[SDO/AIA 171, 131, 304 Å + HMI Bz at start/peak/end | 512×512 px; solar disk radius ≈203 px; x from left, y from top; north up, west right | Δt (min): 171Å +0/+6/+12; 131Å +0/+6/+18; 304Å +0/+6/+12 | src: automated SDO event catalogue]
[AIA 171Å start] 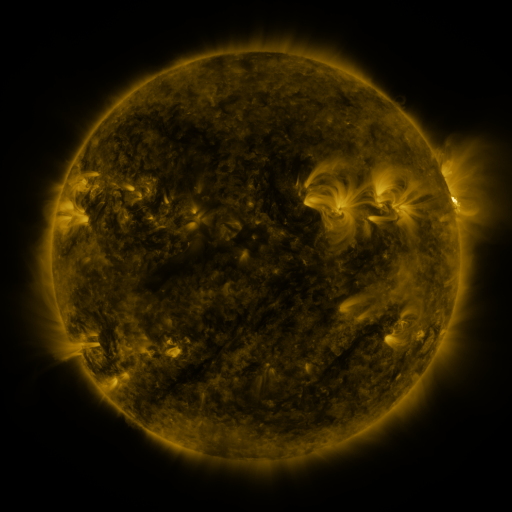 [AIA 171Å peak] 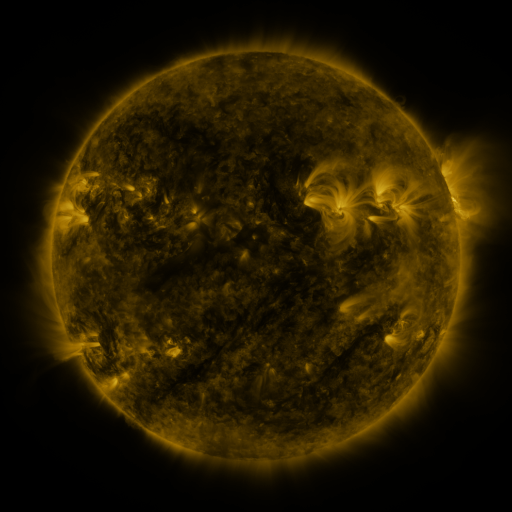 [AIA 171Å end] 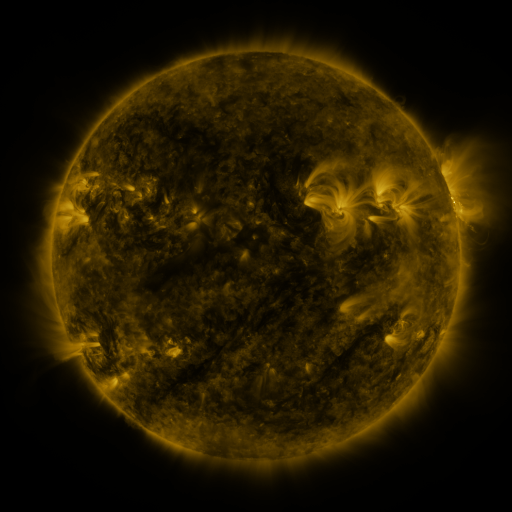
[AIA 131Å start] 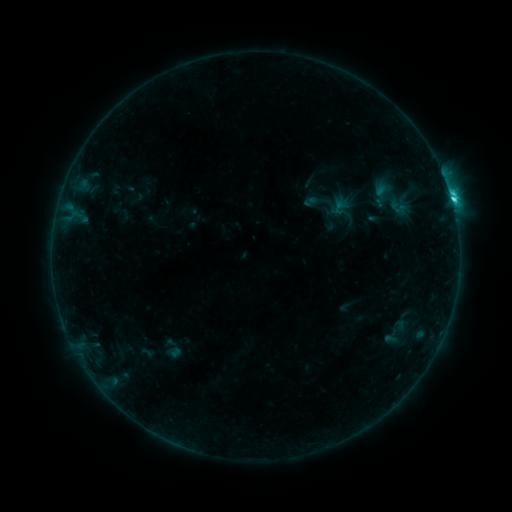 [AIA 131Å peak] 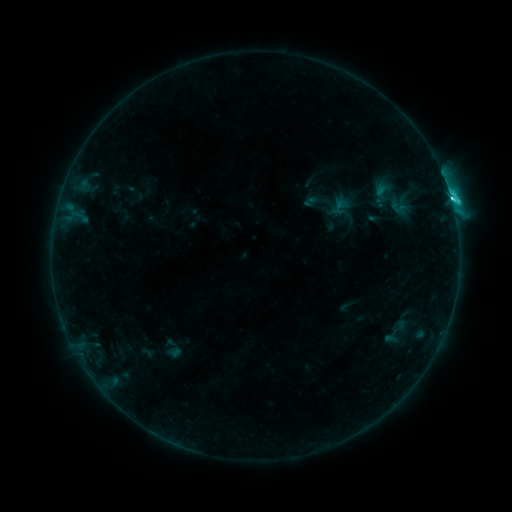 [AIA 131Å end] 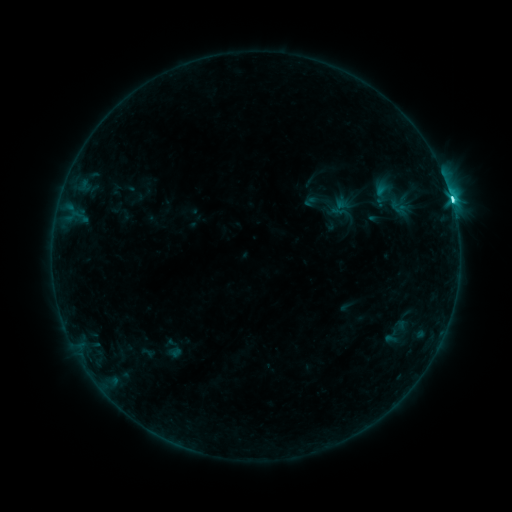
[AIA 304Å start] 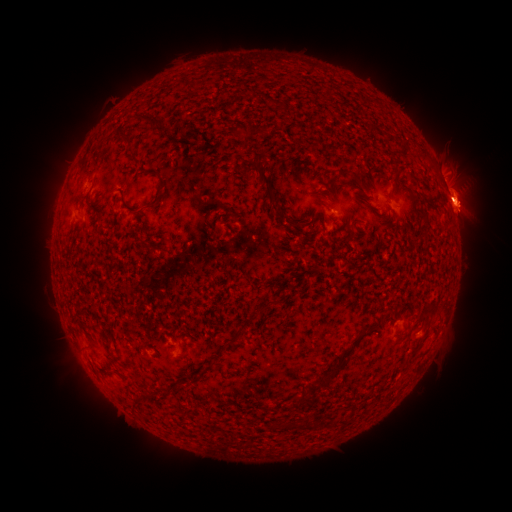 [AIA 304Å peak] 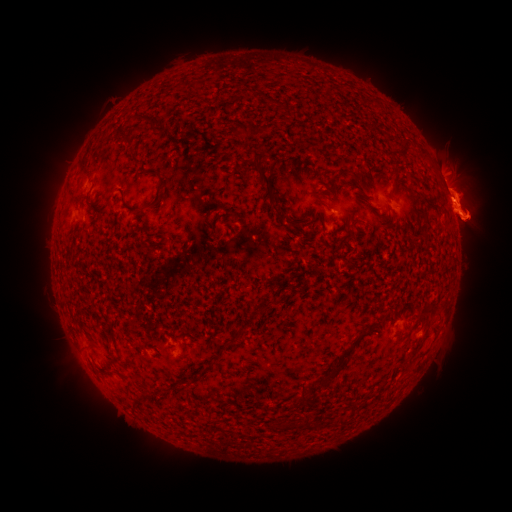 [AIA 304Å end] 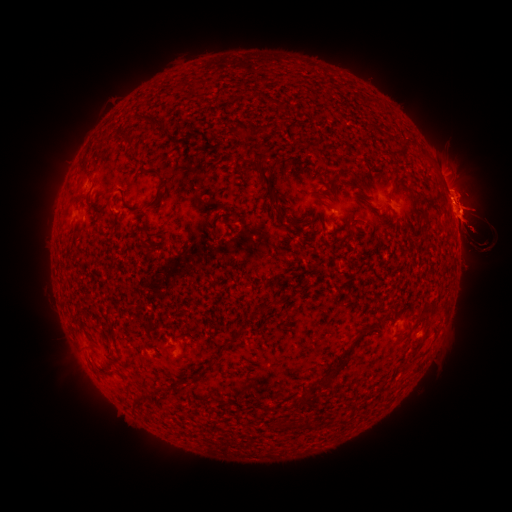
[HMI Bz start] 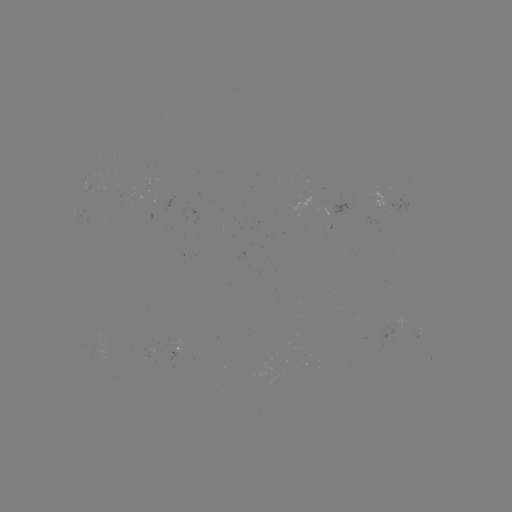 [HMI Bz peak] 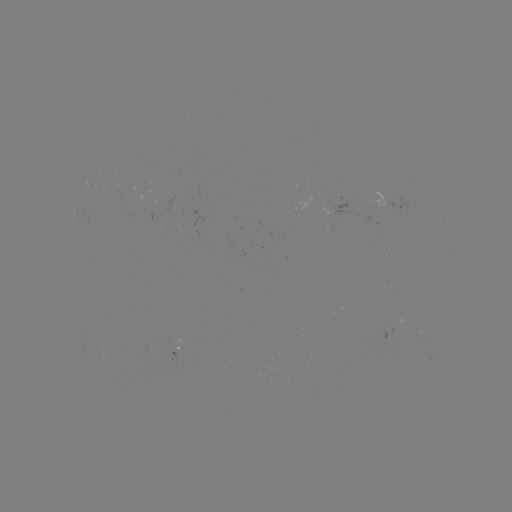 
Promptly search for eruption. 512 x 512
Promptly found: [28, 216].